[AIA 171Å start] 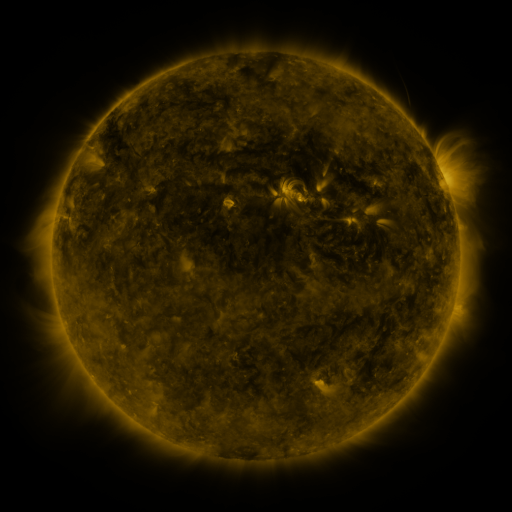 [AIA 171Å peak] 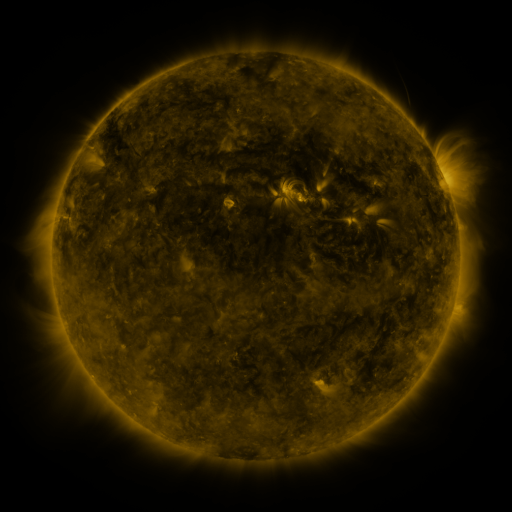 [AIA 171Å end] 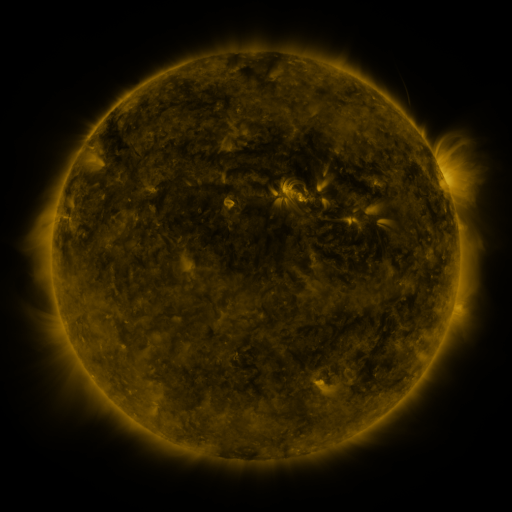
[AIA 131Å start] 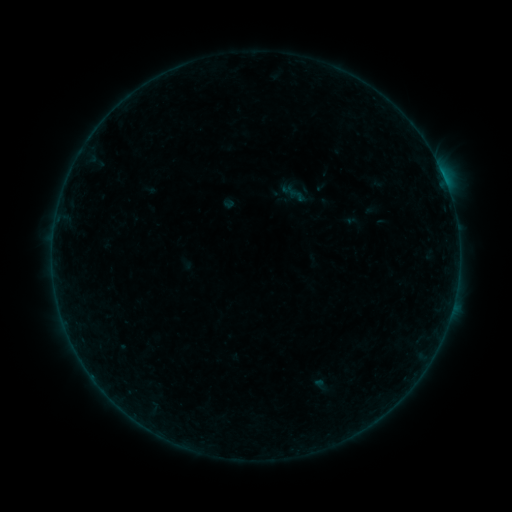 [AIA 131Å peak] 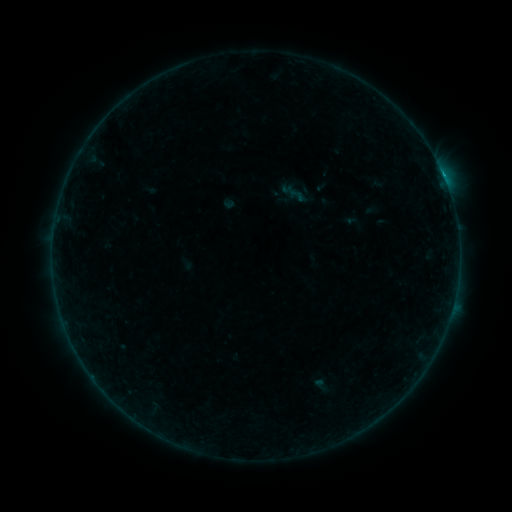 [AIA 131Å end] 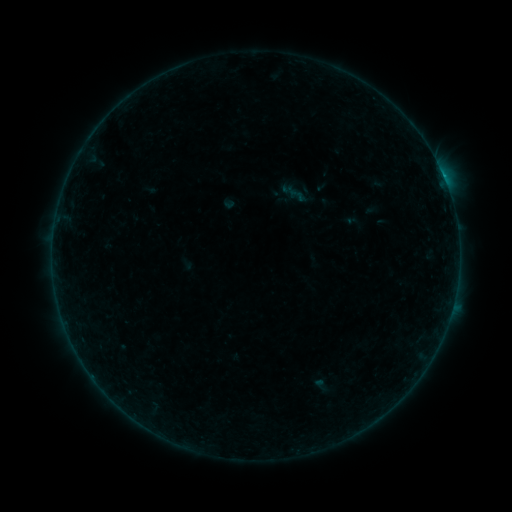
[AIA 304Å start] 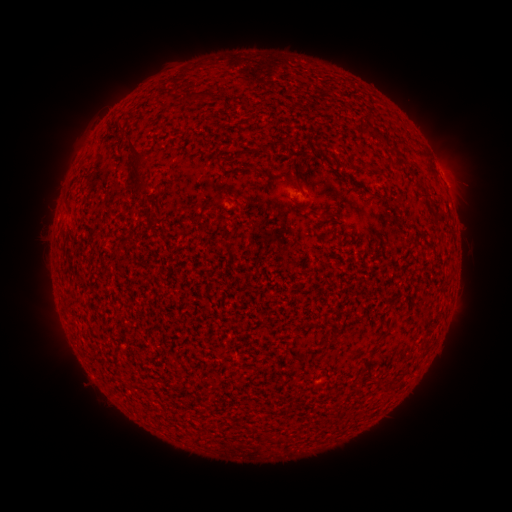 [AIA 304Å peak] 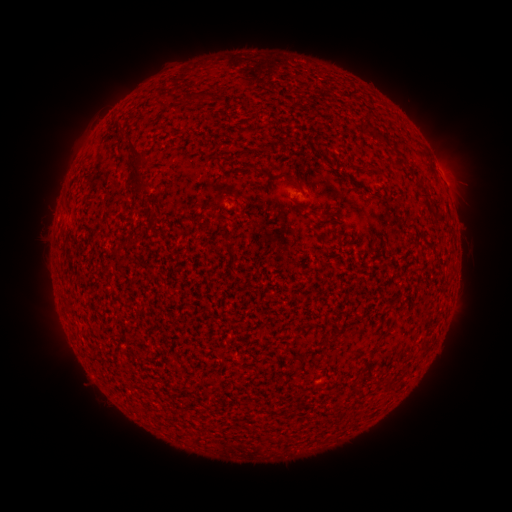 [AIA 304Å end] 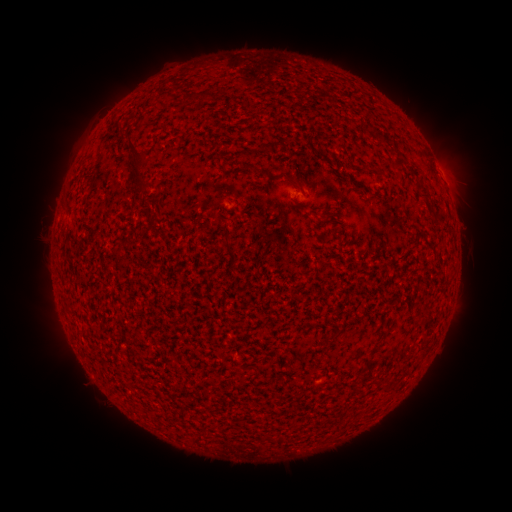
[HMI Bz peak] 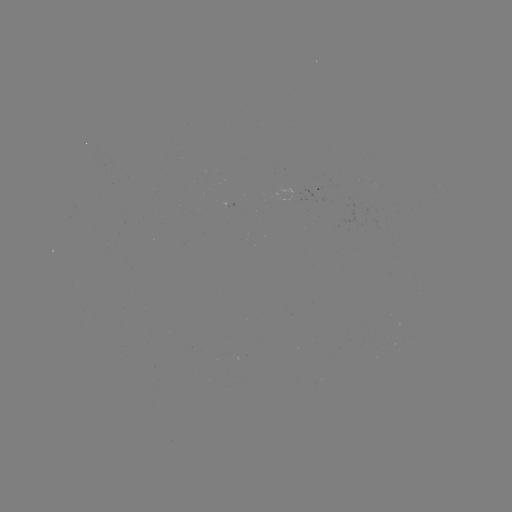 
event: flare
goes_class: B2.5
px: (443, 177)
